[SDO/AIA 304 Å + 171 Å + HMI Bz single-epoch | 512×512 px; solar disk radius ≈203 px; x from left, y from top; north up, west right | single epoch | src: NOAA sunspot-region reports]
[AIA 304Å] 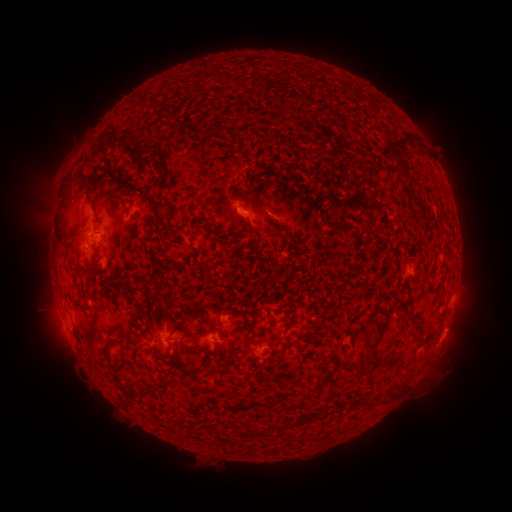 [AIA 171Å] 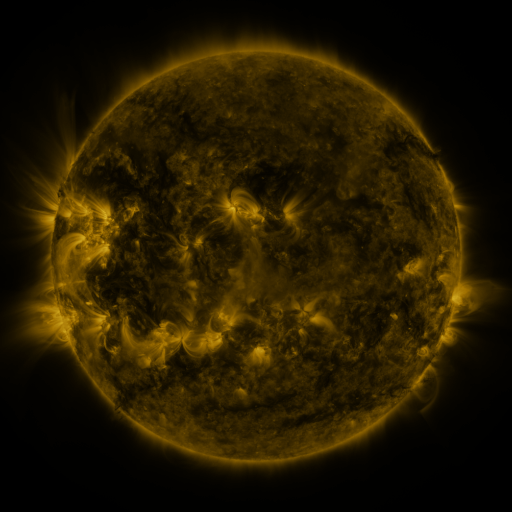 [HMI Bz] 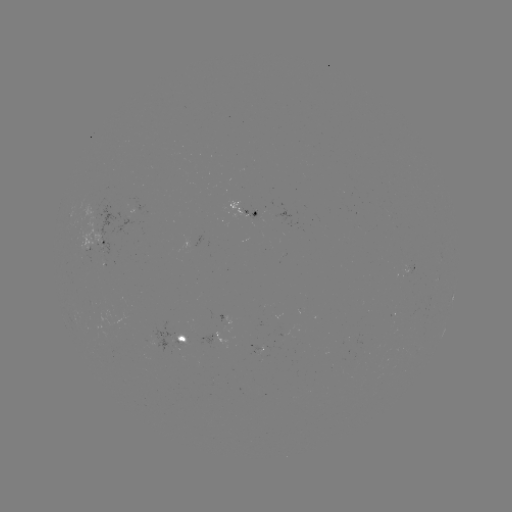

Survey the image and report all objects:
spotted active region: (242, 210)
spotted active region: (96, 243)
spotted active region: (409, 265)
spotted active region: (440, 280)
spotted active region: (173, 336)
